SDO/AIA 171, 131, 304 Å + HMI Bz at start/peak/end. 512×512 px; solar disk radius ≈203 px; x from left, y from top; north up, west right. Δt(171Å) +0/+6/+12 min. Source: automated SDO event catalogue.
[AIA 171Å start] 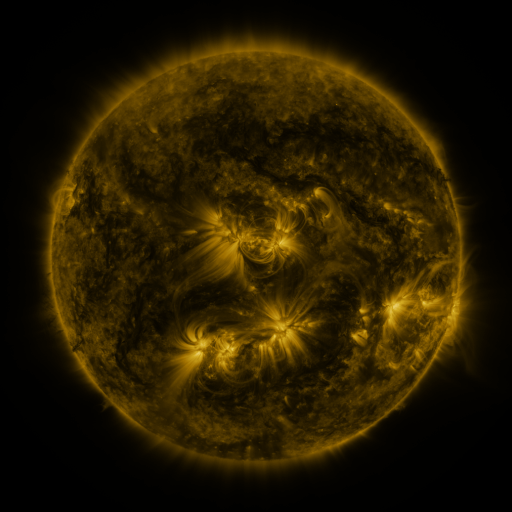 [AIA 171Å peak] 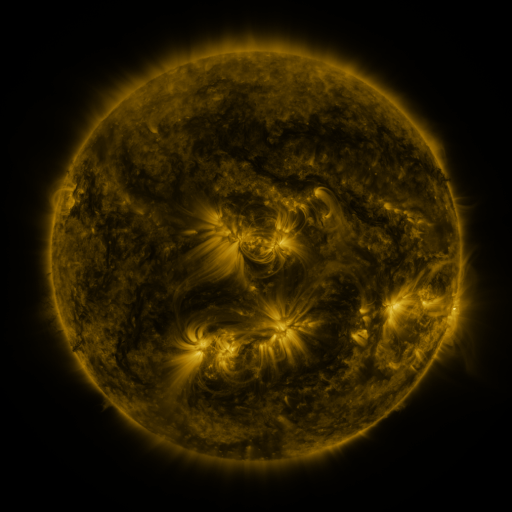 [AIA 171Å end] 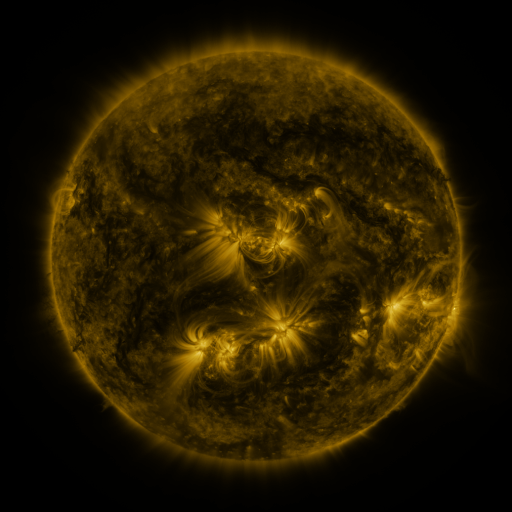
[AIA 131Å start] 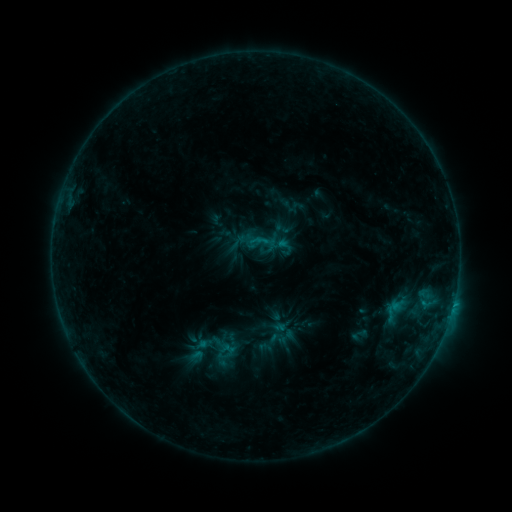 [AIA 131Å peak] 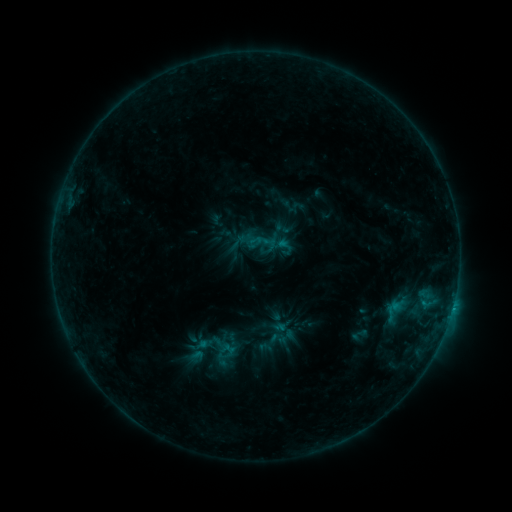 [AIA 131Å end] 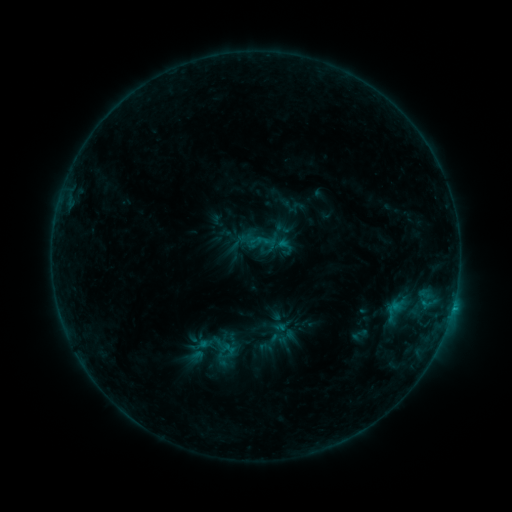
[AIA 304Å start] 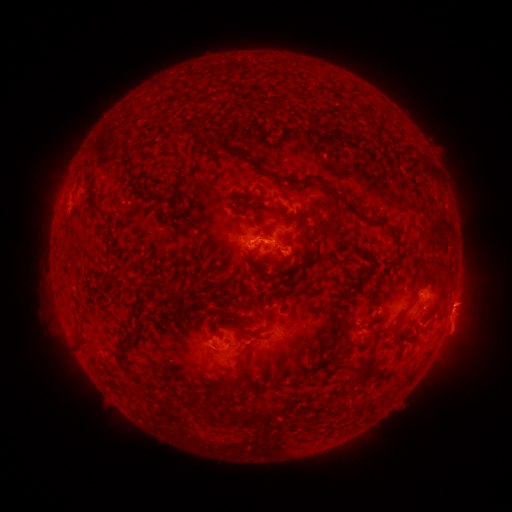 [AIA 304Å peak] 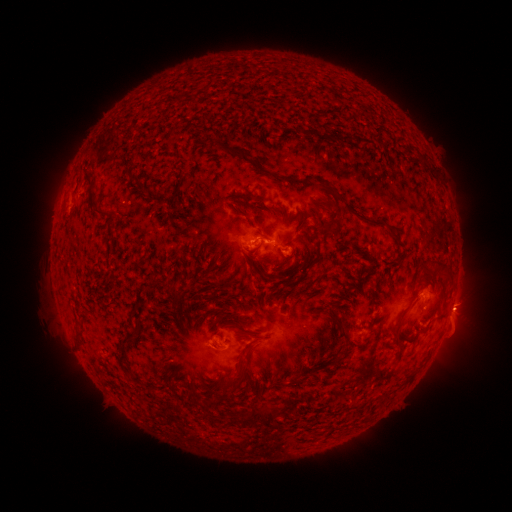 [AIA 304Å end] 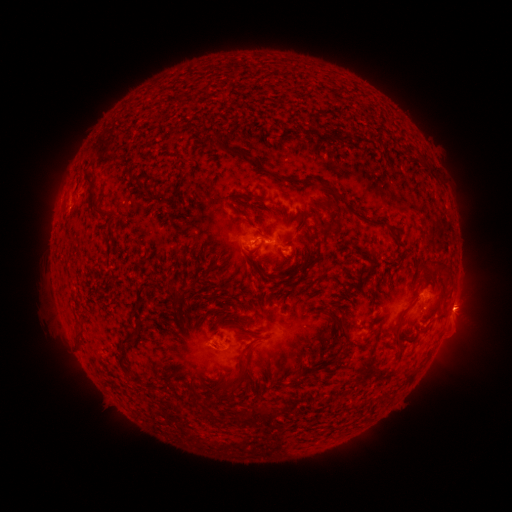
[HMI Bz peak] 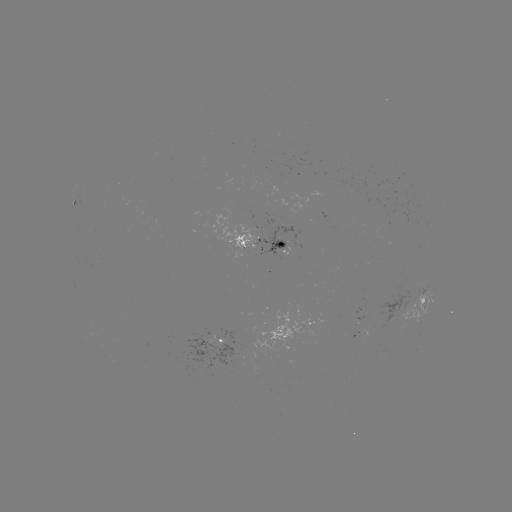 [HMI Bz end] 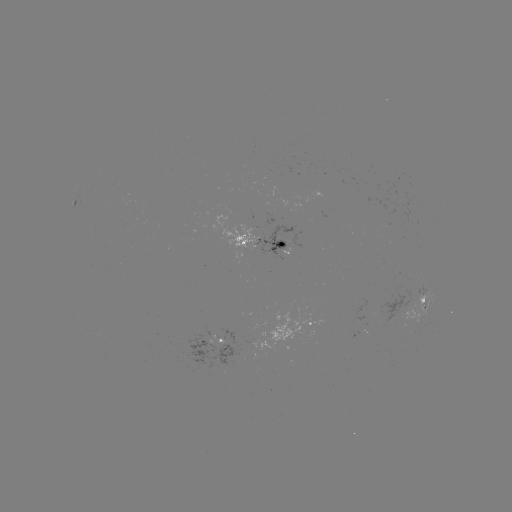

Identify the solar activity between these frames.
B7.1 flare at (206, 342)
